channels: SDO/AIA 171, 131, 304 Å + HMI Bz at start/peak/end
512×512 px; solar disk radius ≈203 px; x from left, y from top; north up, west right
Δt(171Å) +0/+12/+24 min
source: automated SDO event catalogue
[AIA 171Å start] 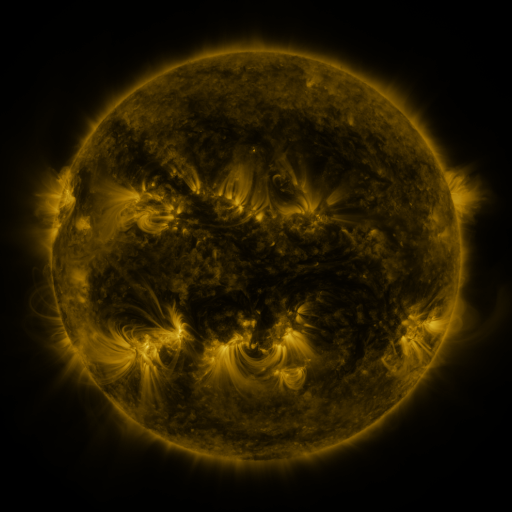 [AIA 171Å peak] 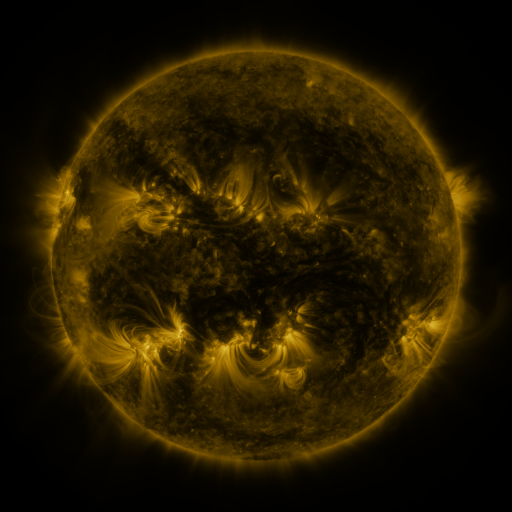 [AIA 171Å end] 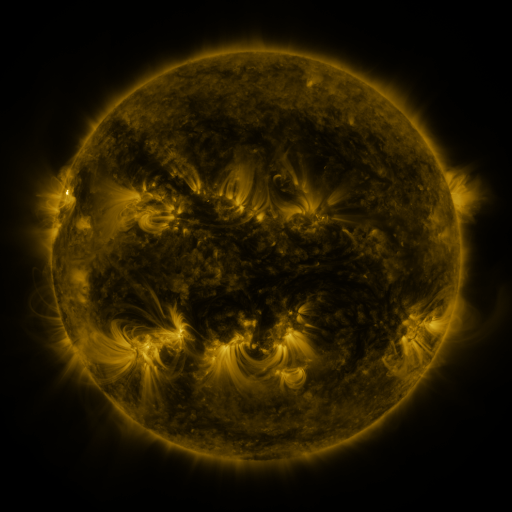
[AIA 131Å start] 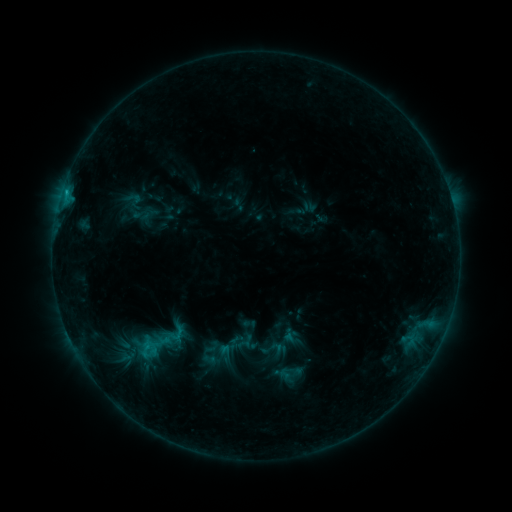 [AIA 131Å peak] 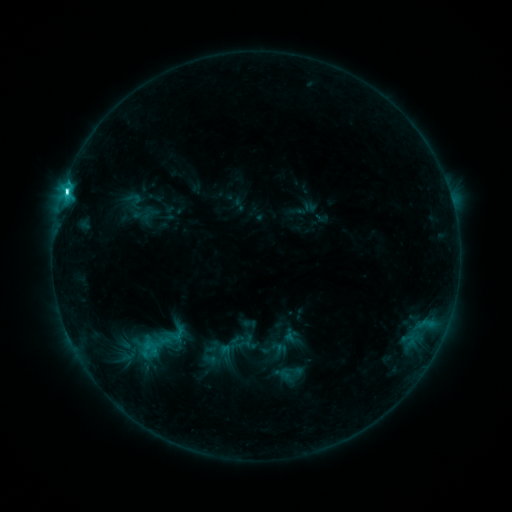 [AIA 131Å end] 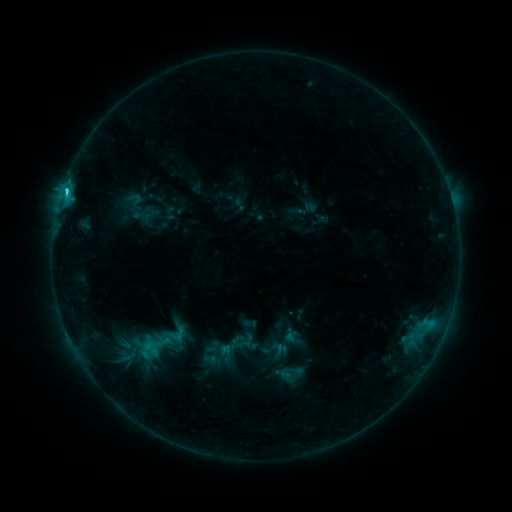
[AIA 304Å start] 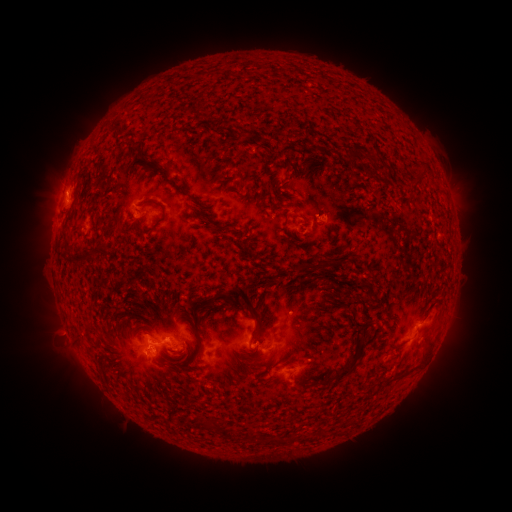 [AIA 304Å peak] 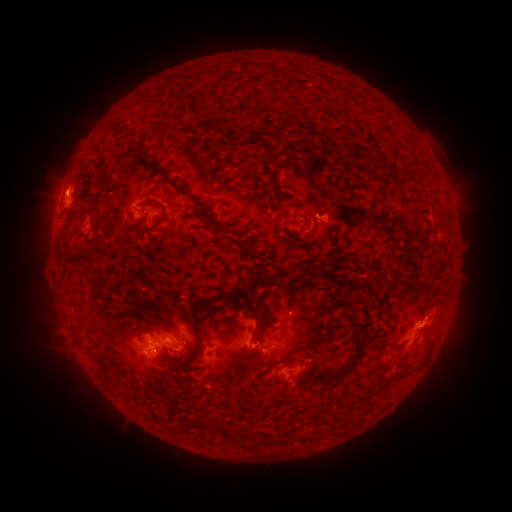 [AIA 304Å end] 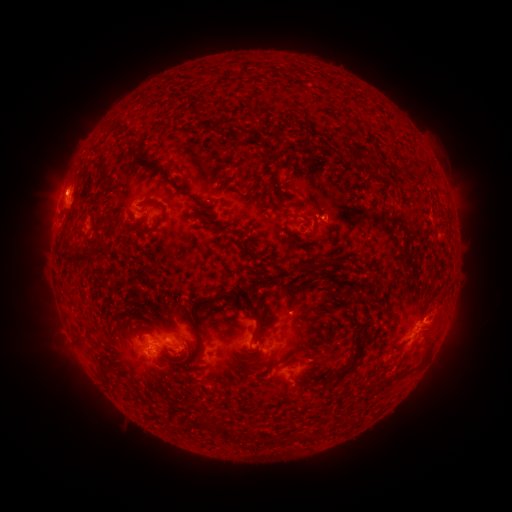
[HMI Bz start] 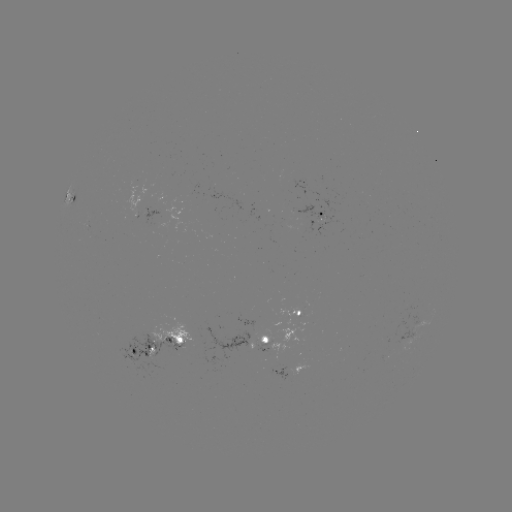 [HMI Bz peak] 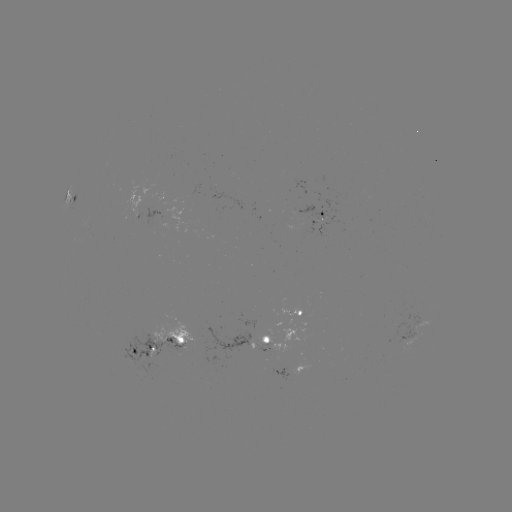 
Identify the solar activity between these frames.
C4.0 flare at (66, 193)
